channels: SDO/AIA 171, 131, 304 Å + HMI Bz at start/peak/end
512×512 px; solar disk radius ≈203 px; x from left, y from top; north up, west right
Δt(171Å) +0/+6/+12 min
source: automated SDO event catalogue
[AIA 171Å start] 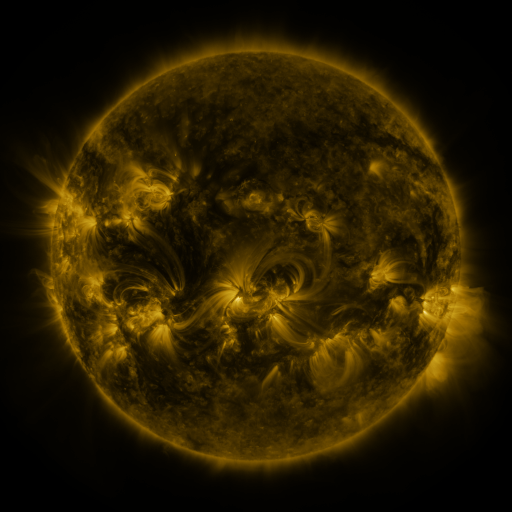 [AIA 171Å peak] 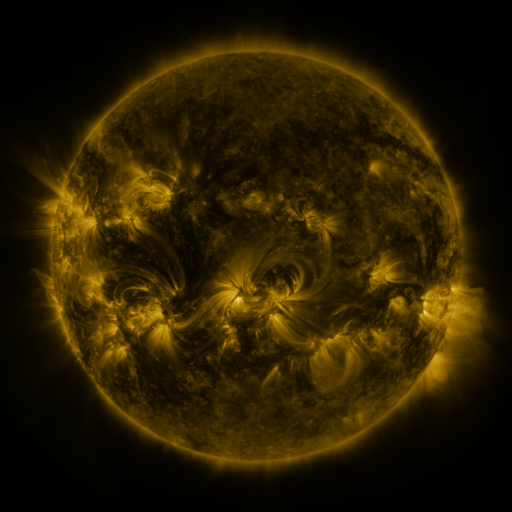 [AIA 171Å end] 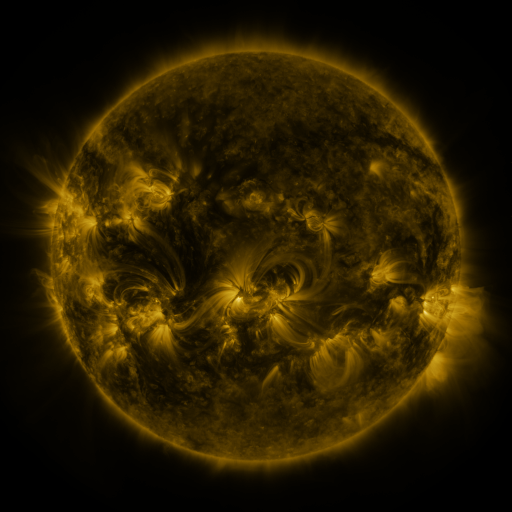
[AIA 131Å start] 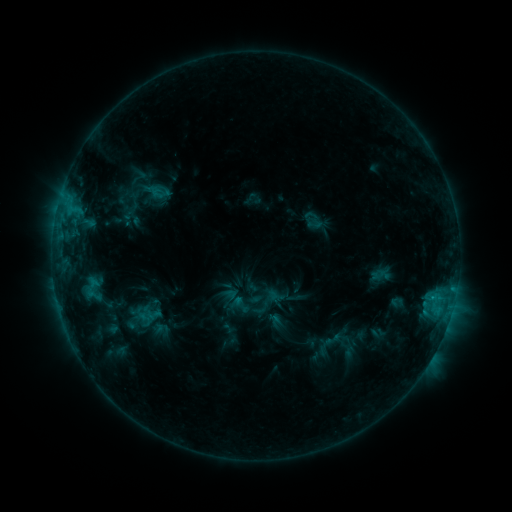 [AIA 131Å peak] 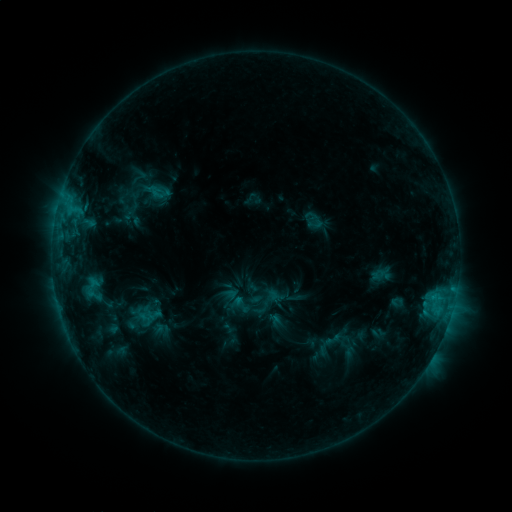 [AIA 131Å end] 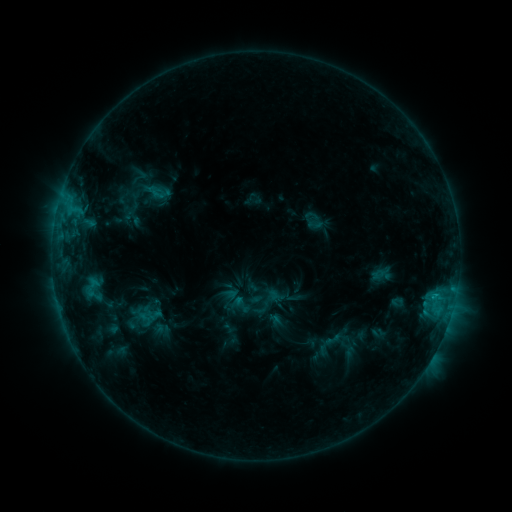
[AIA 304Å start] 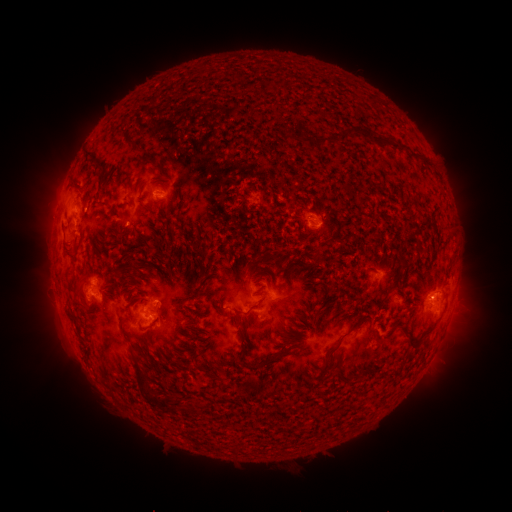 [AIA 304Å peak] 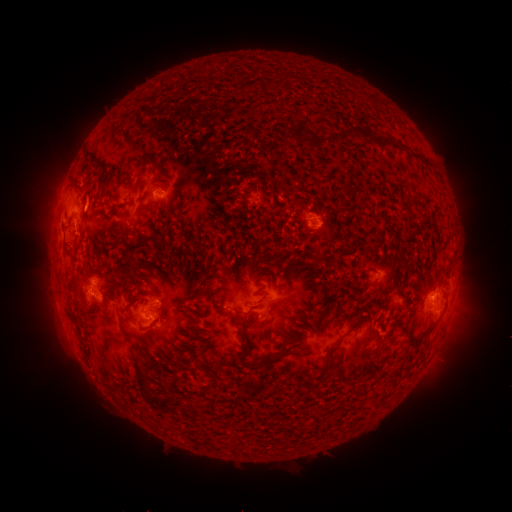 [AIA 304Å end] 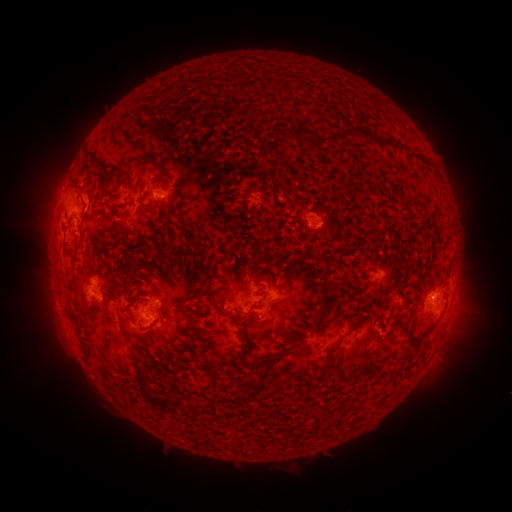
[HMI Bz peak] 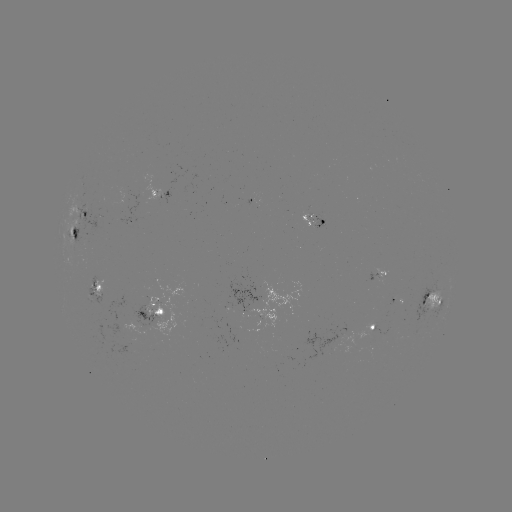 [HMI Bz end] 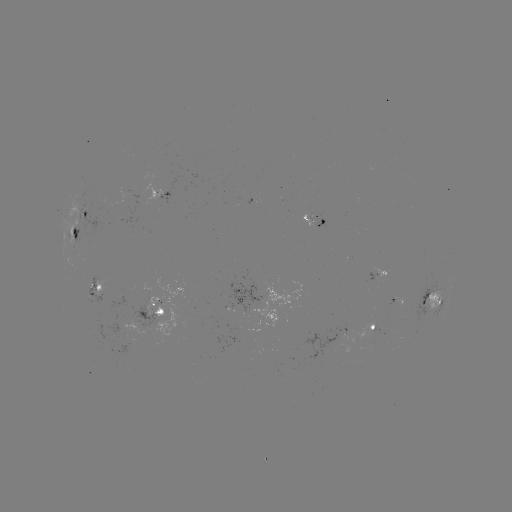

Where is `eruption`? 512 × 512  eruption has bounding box [68, 176, 113, 224].